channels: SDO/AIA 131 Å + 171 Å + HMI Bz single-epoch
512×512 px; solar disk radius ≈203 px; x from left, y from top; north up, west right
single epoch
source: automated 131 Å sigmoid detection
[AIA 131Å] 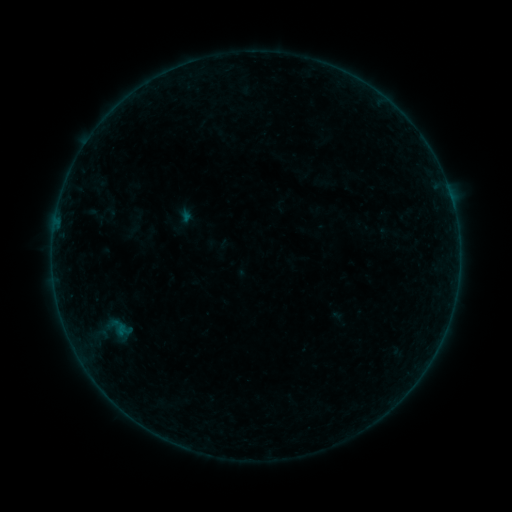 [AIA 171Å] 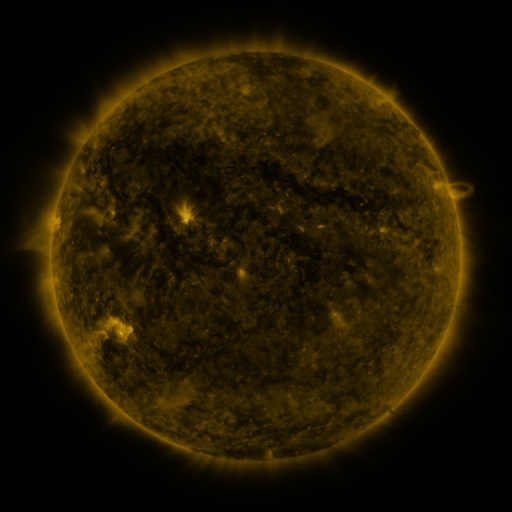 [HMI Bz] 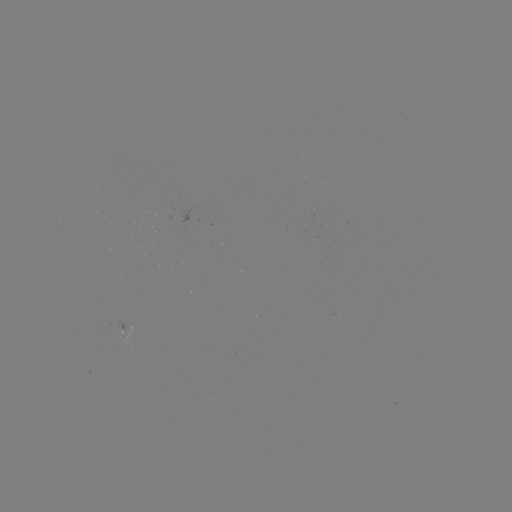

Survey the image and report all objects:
sigmoid: (106, 331)
